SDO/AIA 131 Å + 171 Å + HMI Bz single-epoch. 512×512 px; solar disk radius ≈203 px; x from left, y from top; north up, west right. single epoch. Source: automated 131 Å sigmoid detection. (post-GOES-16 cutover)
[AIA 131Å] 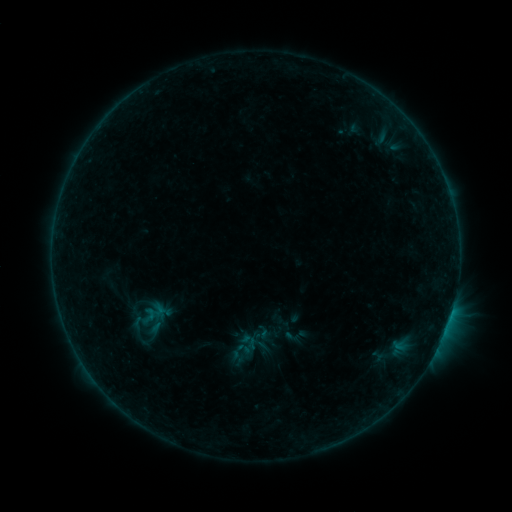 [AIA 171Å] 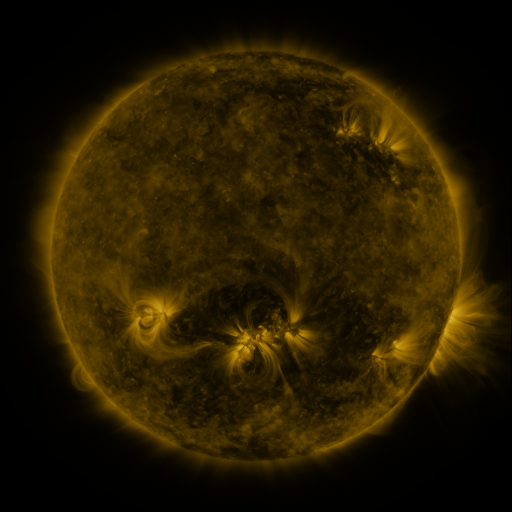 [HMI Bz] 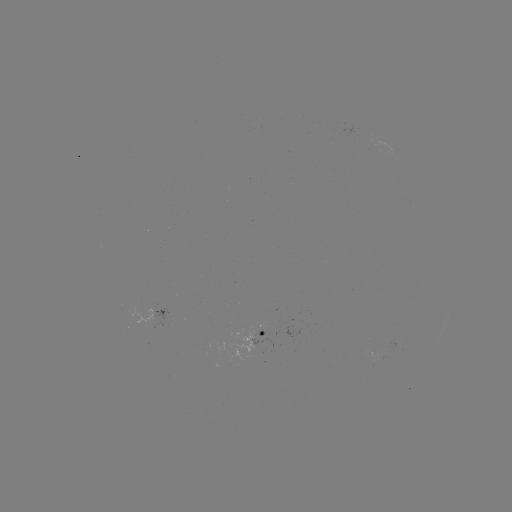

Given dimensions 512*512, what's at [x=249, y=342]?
sigmoid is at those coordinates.